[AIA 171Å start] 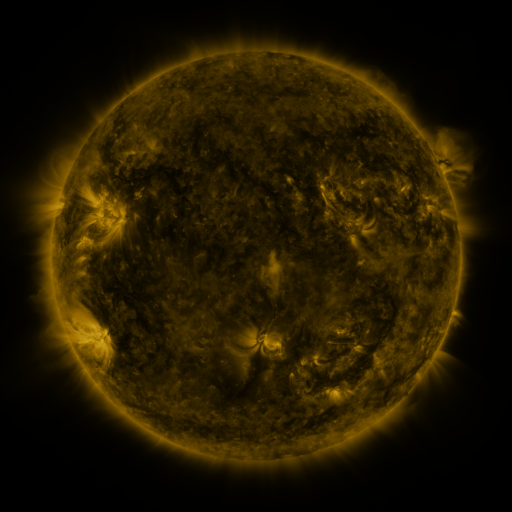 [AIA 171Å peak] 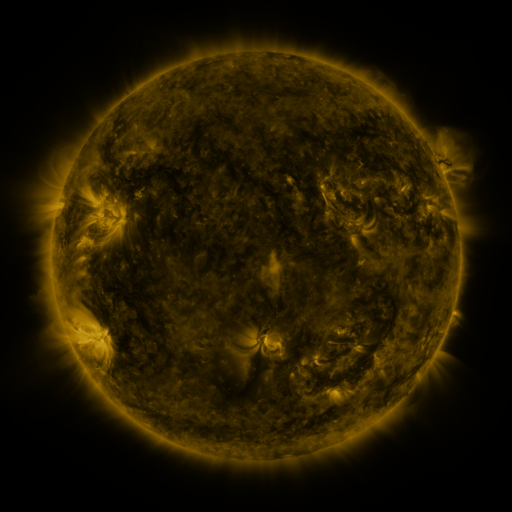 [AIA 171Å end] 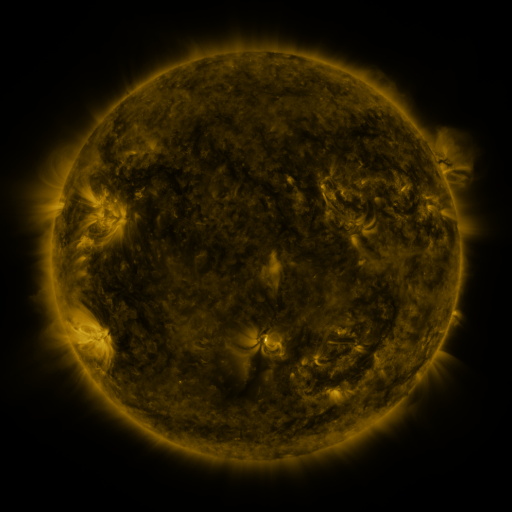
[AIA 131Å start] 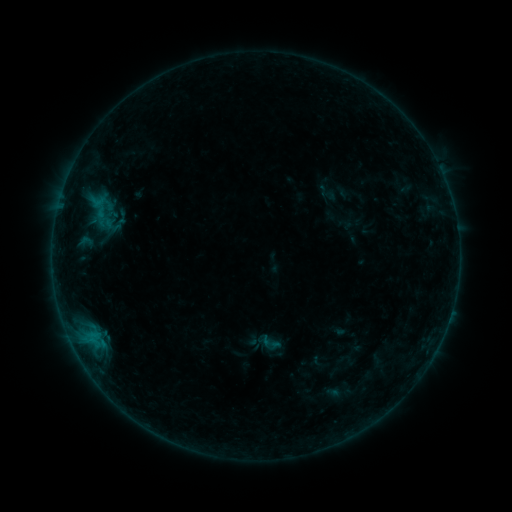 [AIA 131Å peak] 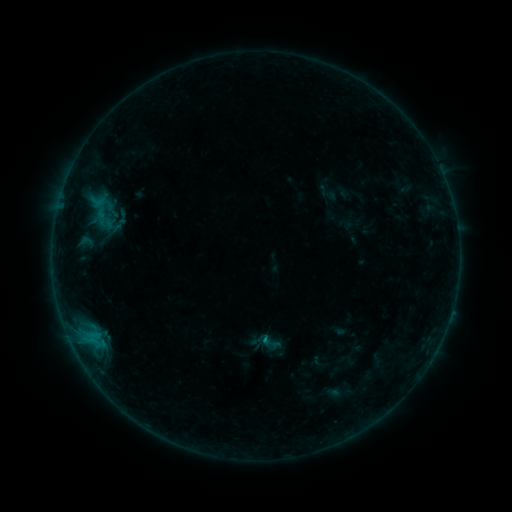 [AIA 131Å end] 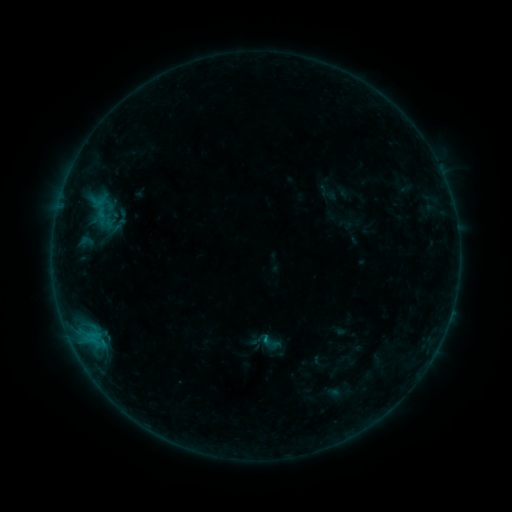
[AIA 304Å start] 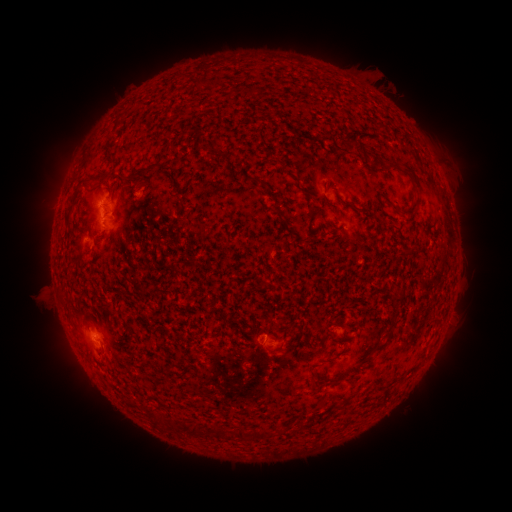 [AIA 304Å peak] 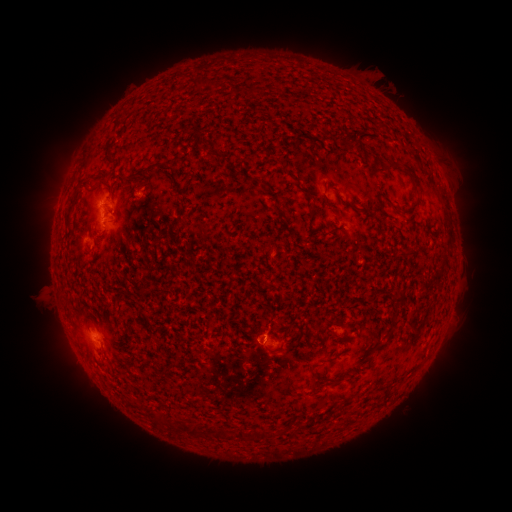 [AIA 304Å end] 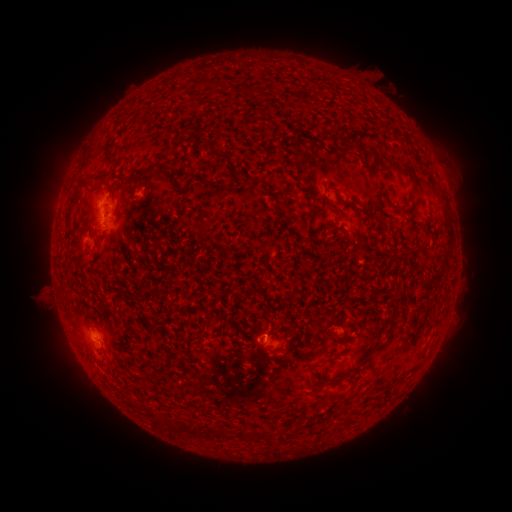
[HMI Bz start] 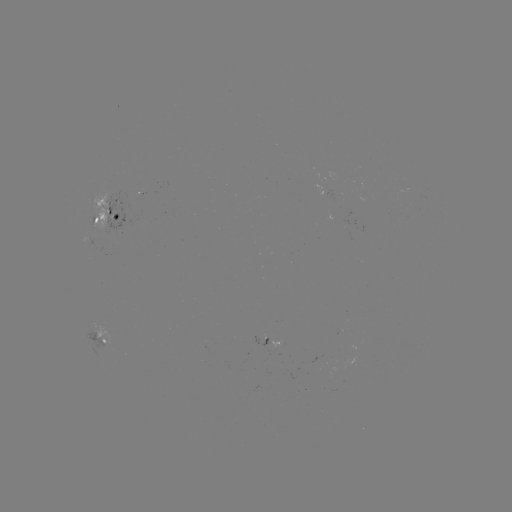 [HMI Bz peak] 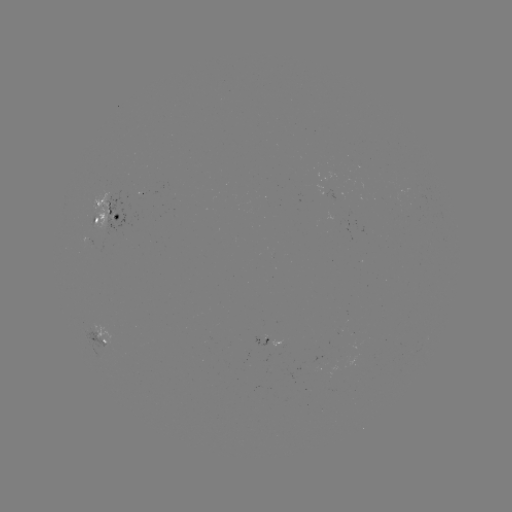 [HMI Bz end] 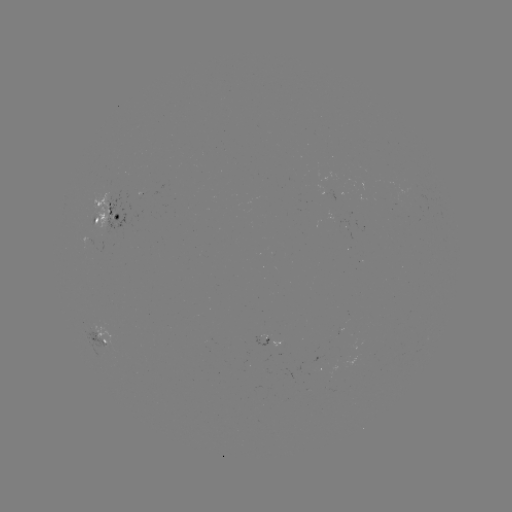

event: flare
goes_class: B3.3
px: (262, 338)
